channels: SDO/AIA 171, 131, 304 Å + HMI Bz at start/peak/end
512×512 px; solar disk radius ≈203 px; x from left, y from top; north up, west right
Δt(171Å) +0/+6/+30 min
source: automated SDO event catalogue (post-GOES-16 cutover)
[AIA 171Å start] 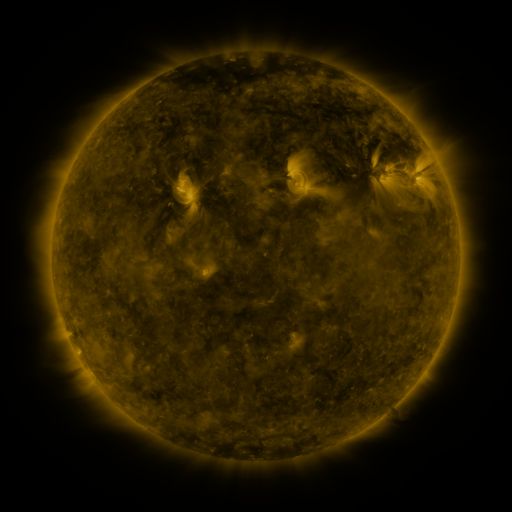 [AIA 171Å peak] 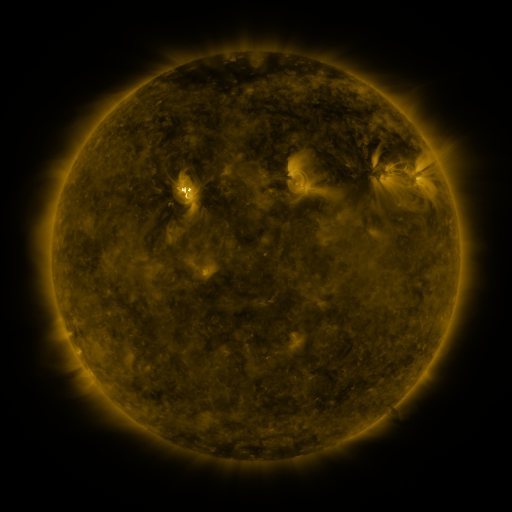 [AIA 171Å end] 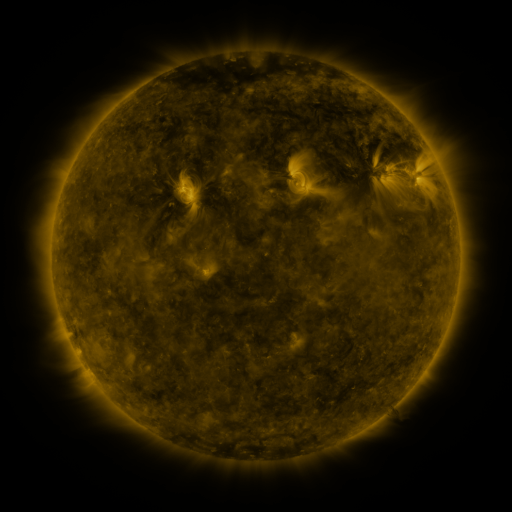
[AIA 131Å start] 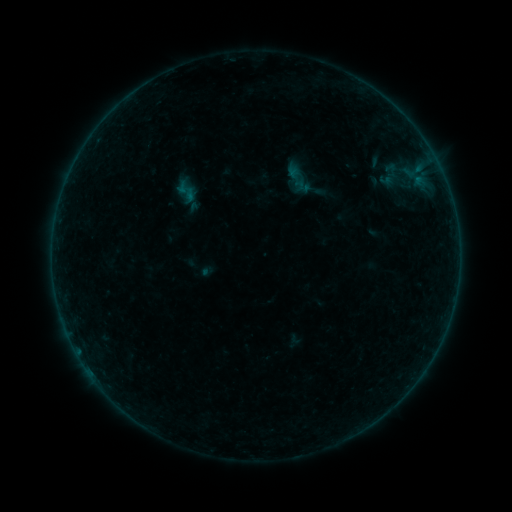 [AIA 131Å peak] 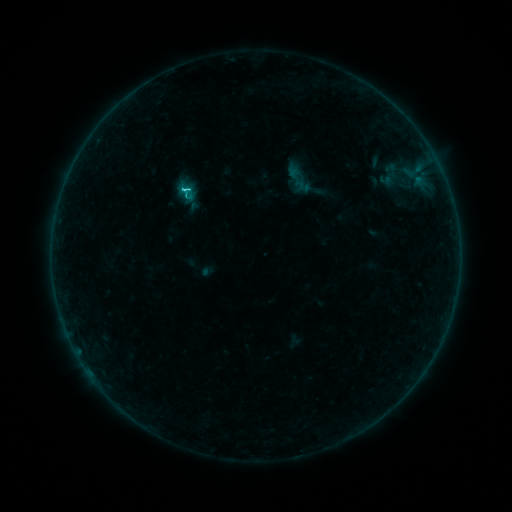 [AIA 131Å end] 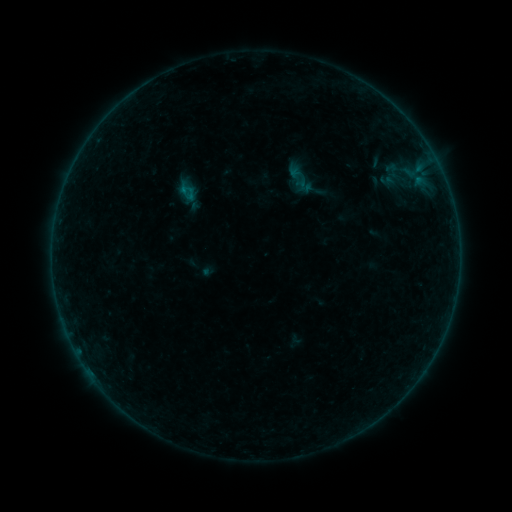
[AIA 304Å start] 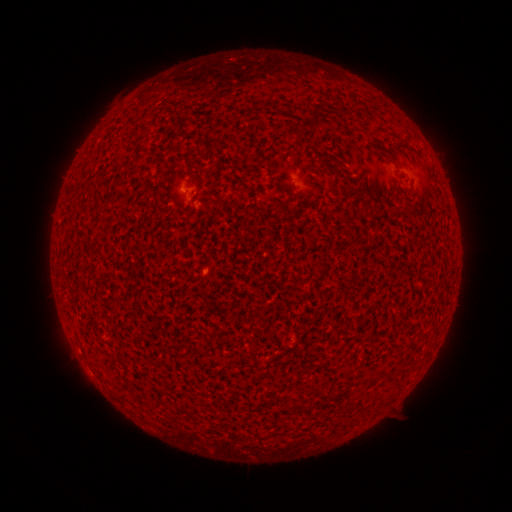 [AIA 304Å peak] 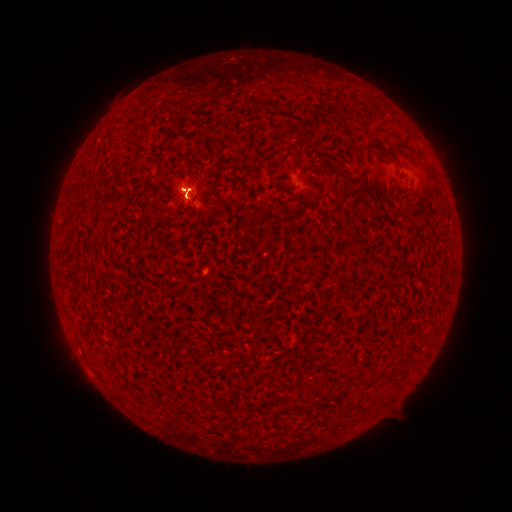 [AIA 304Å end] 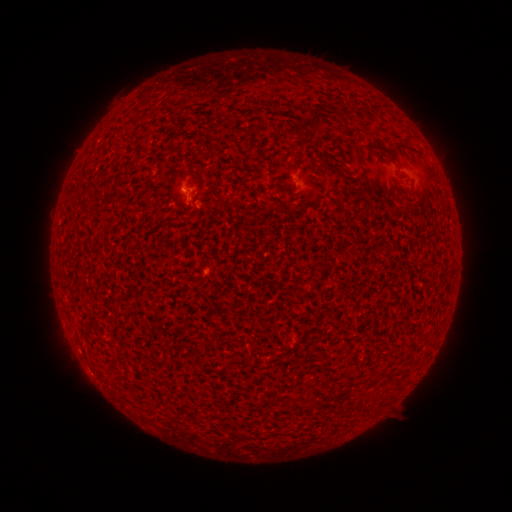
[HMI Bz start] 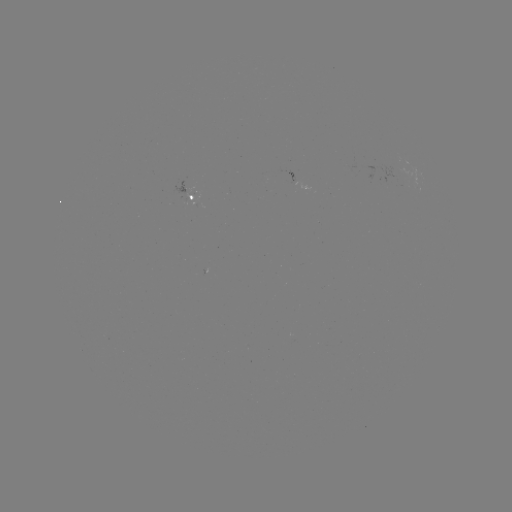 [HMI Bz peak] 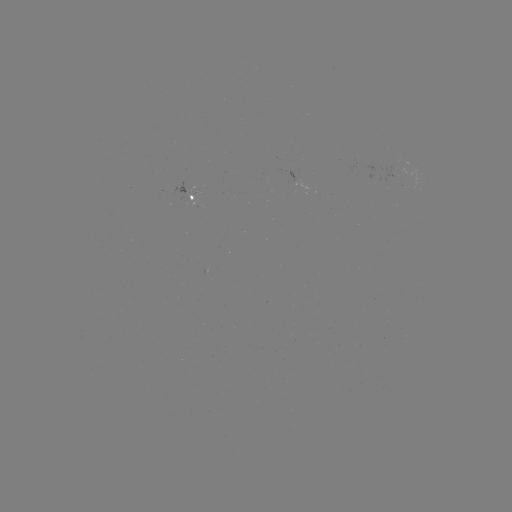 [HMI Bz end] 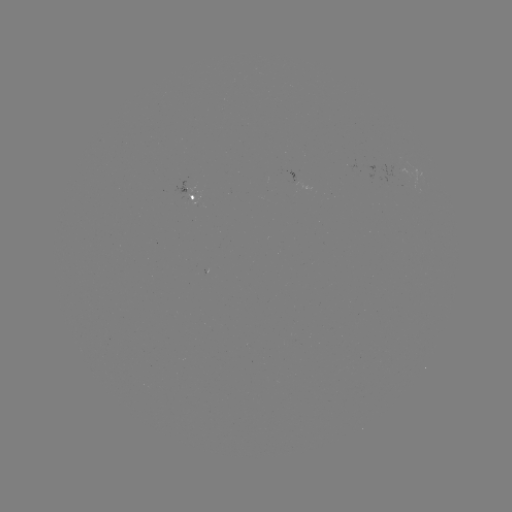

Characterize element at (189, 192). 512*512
C1.5 flare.